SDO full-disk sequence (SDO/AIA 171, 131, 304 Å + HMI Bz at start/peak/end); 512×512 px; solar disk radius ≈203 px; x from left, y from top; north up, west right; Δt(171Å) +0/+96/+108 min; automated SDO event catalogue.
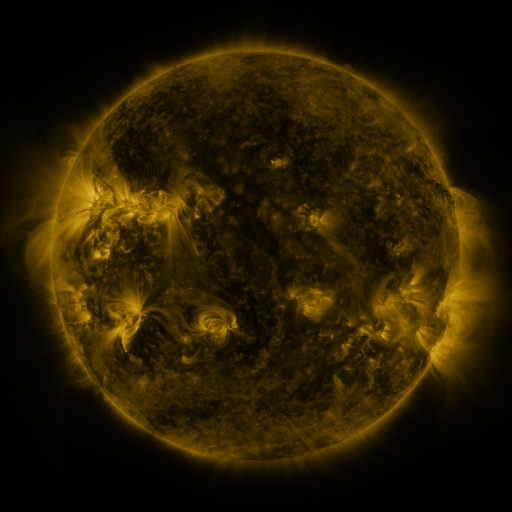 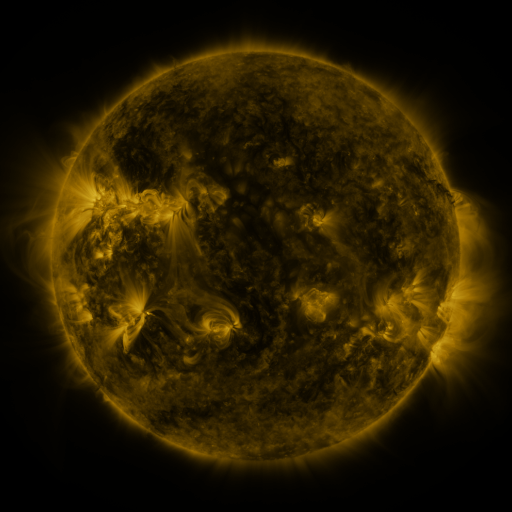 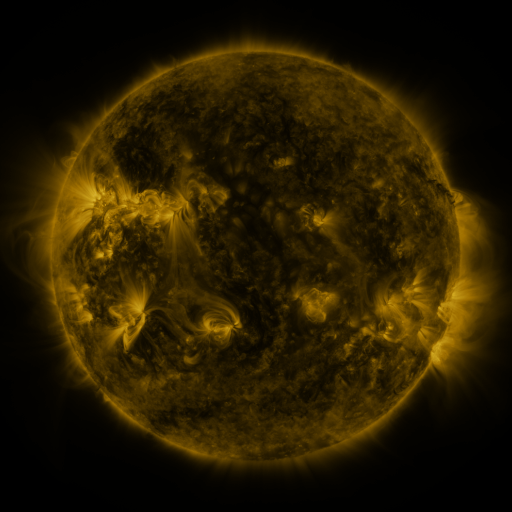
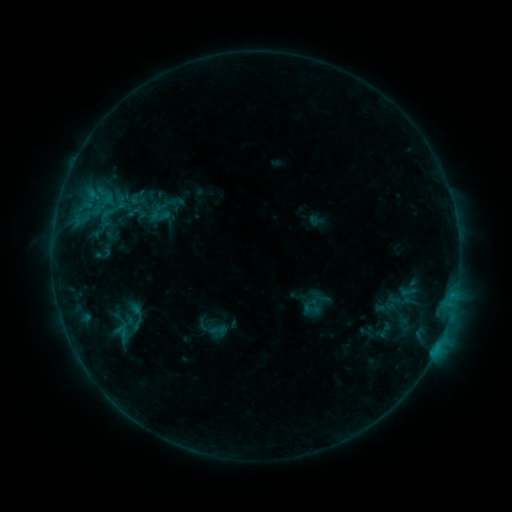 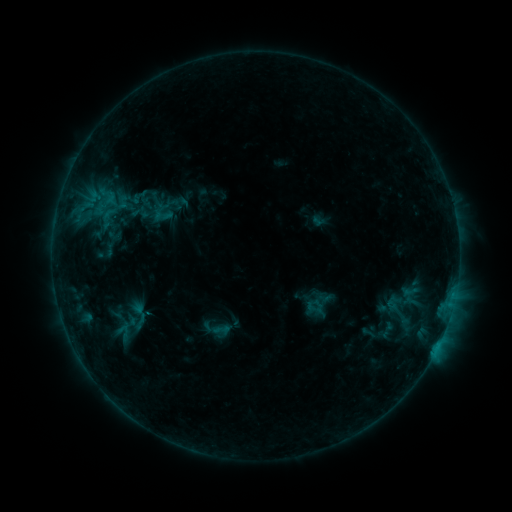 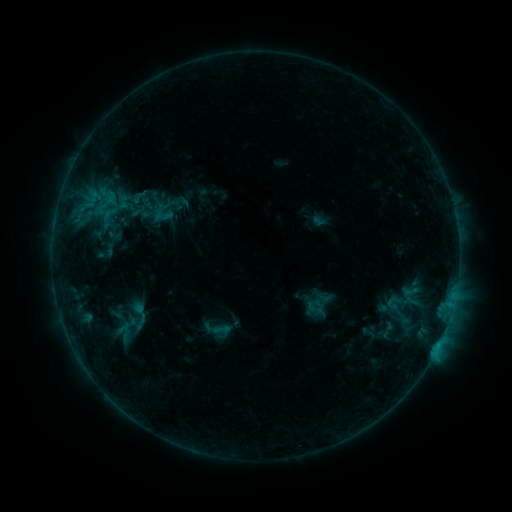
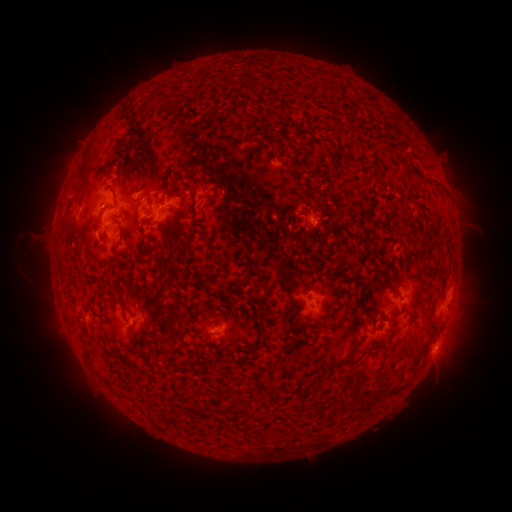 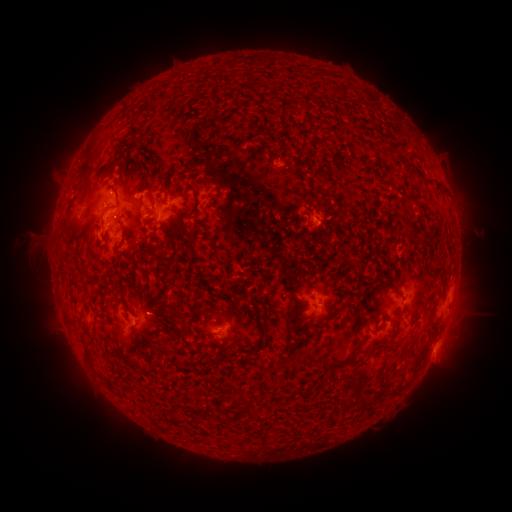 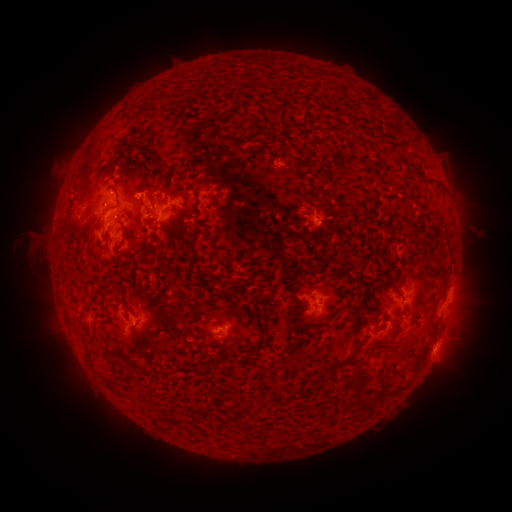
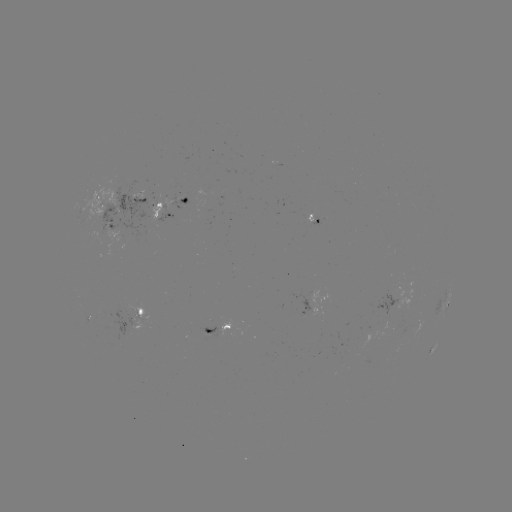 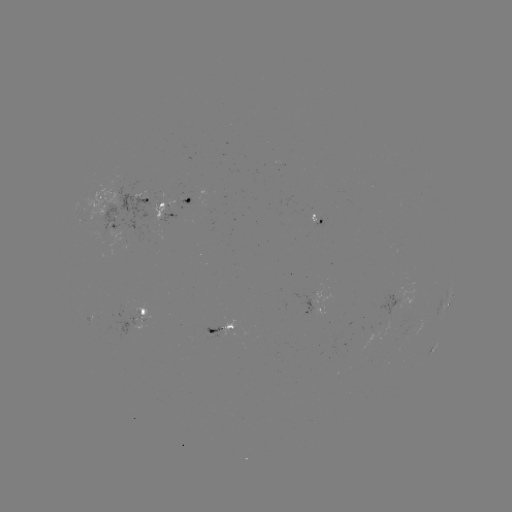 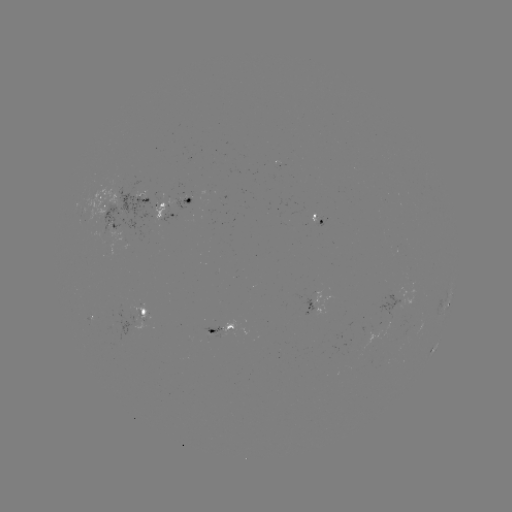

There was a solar emerging-flux region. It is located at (310, 220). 